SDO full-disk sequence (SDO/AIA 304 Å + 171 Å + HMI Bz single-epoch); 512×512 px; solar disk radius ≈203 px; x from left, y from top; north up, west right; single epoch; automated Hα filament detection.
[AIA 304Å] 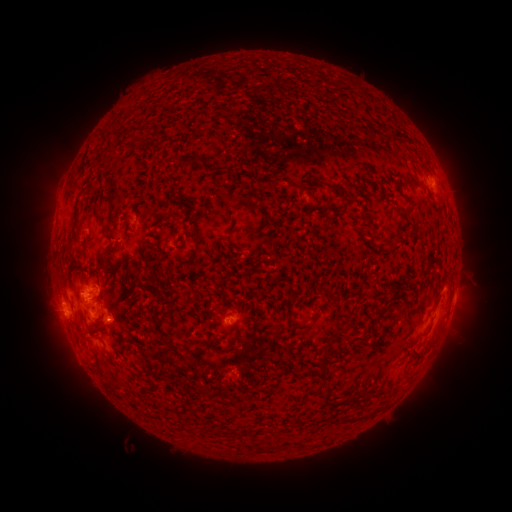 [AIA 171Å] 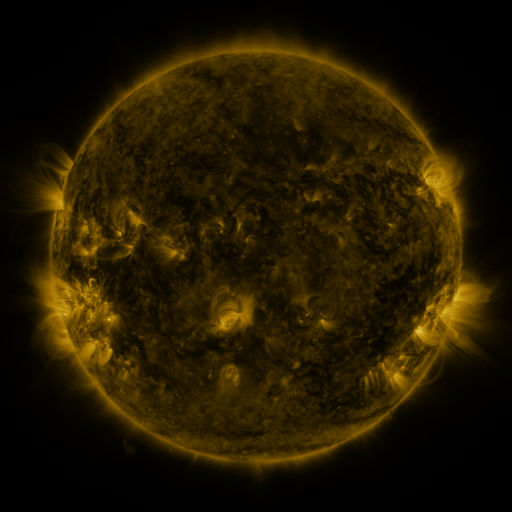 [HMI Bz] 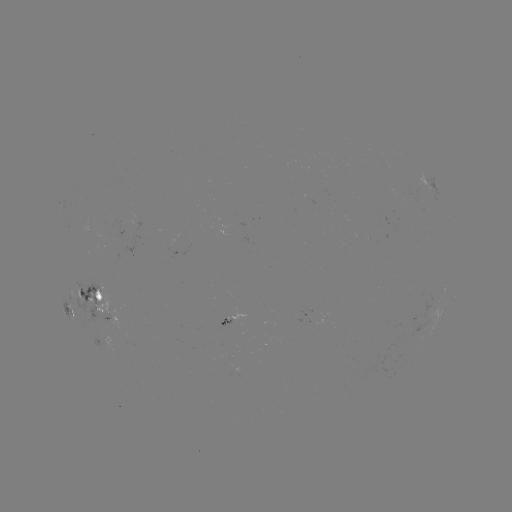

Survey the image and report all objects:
filament: (111, 131)
filament: (134, 144)
filament: (187, 160)
filament: (411, 178)
filament: (295, 185)
filament: (334, 185)
filament: (248, 205)
filament: (329, 207)
filament: (401, 207)
filament: (100, 225)
filament: (424, 226)
filament: (72, 240)
filament: (195, 254)
filament: (75, 270)
filament: (153, 281)
filament: (393, 294)
filament: (166, 318)
filament: (130, 344)
filament: (175, 348)
filament: (325, 368)
filament: (329, 395)
filament: (278, 432)
filament: (269, 448)
